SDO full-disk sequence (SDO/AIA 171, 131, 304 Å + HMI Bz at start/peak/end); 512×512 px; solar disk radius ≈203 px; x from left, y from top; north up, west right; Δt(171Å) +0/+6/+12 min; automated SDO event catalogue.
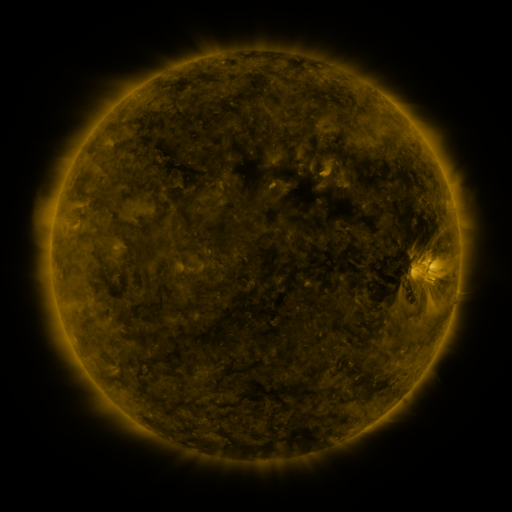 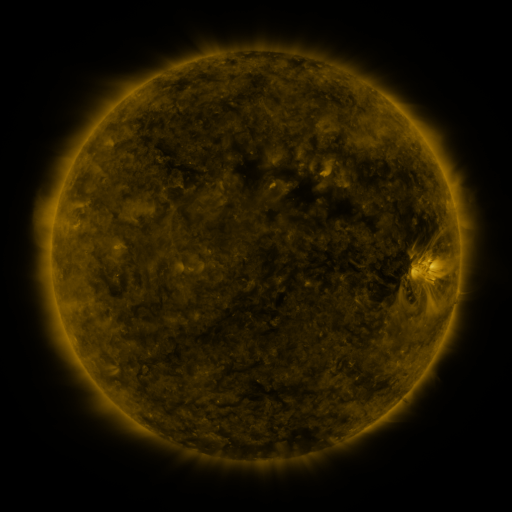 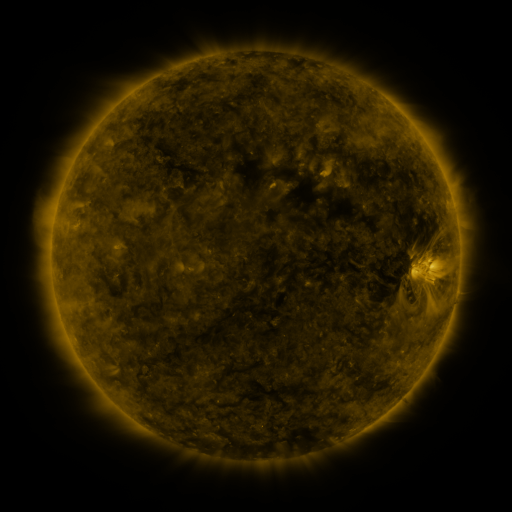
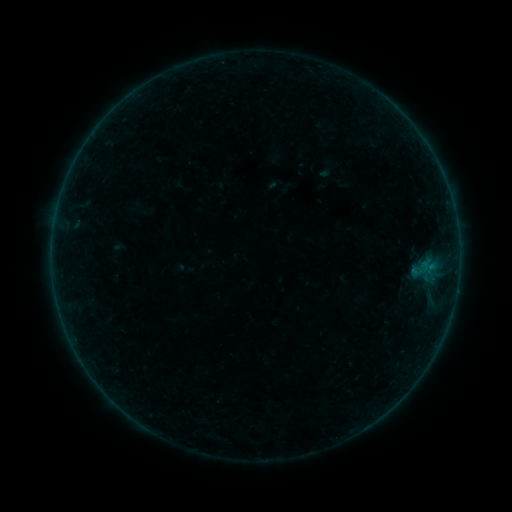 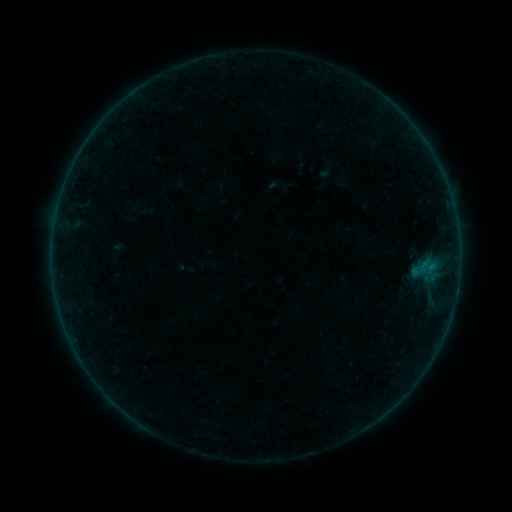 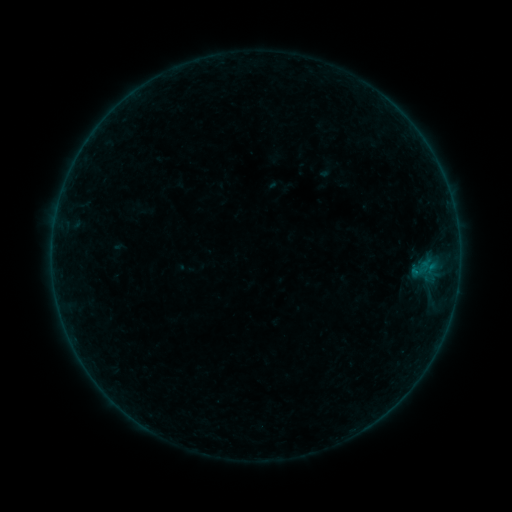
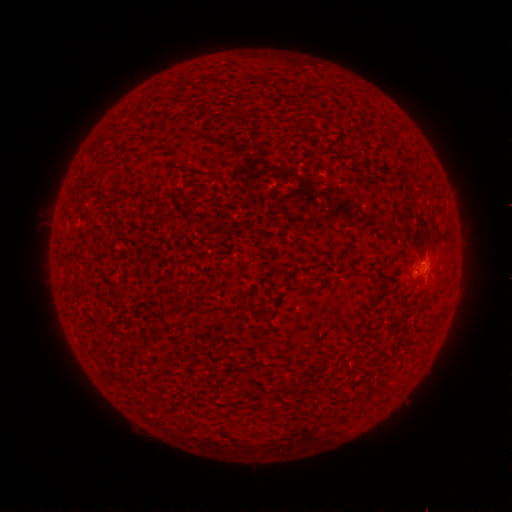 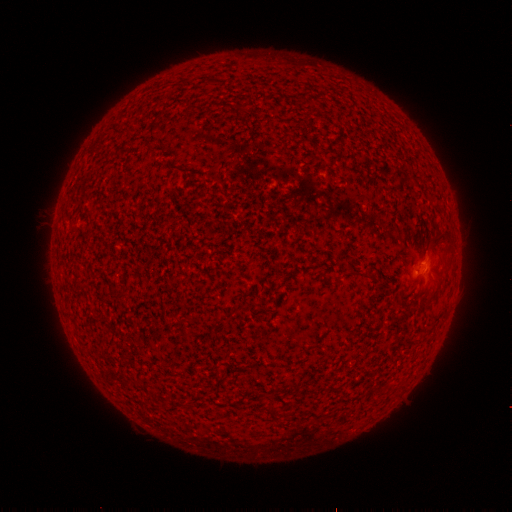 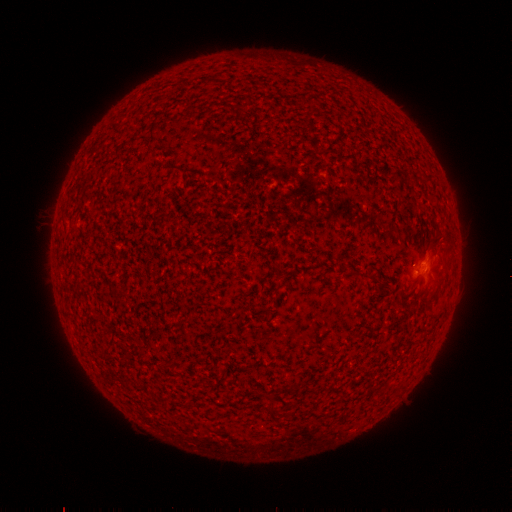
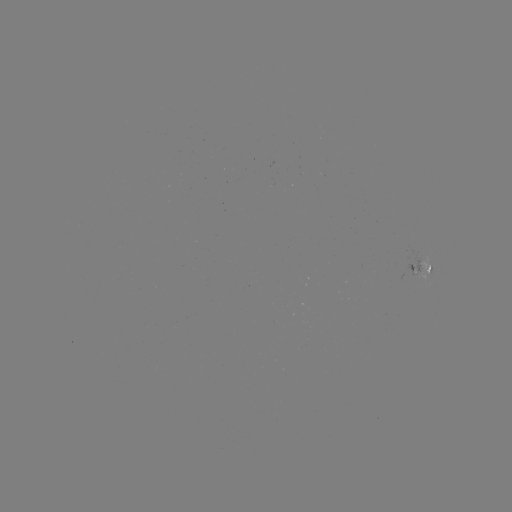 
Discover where B1.5 flare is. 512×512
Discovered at (414, 269).